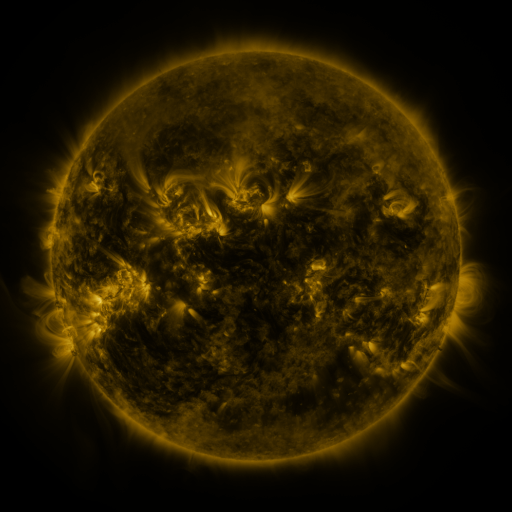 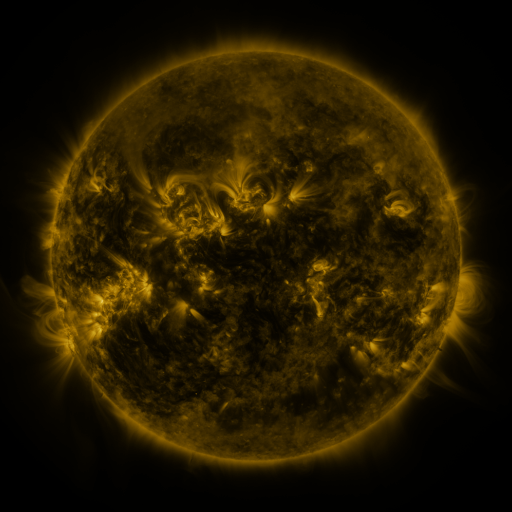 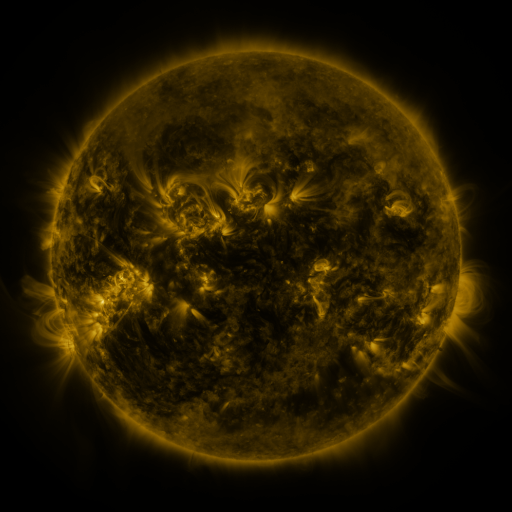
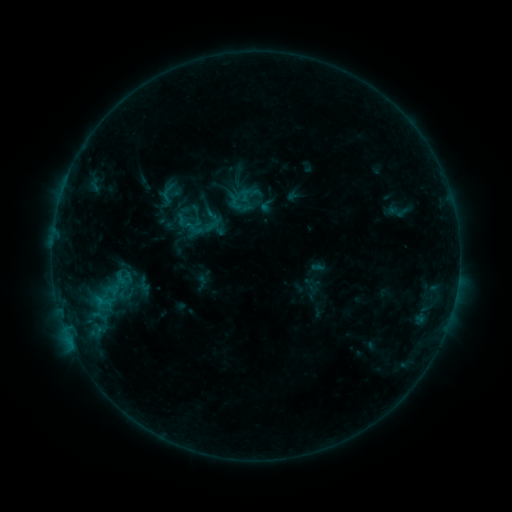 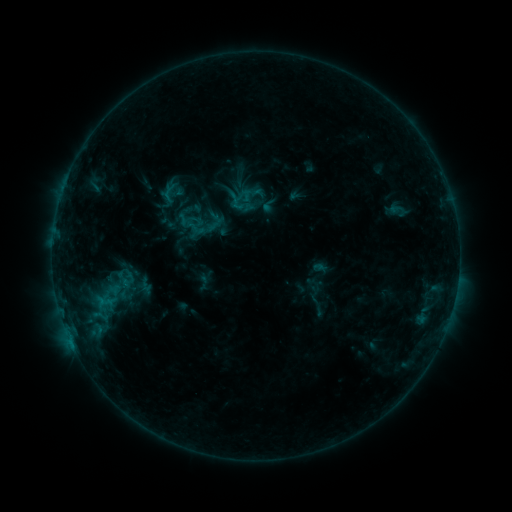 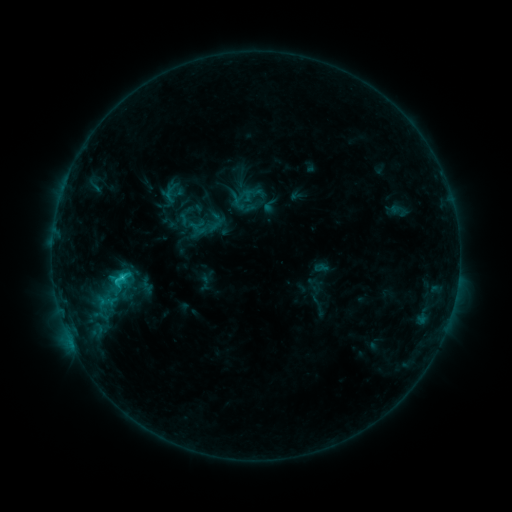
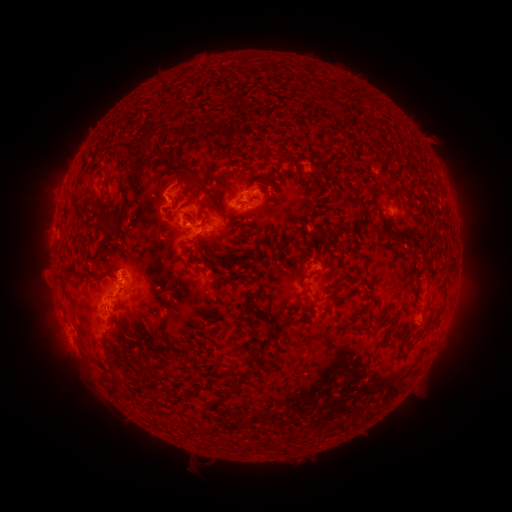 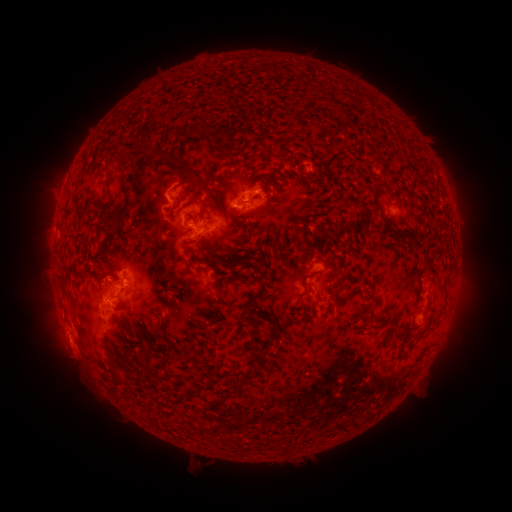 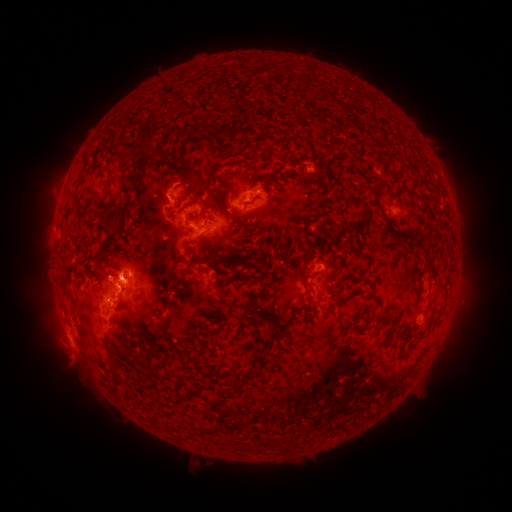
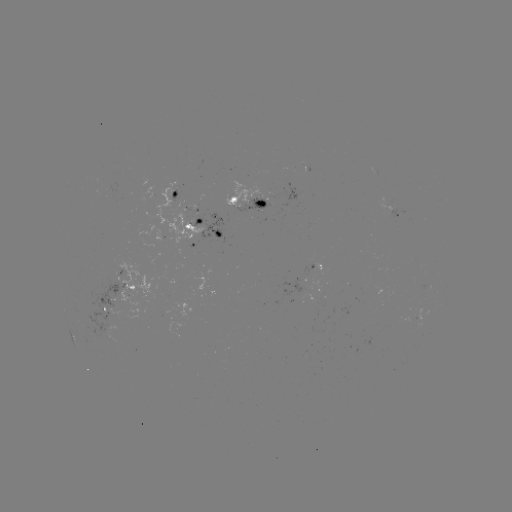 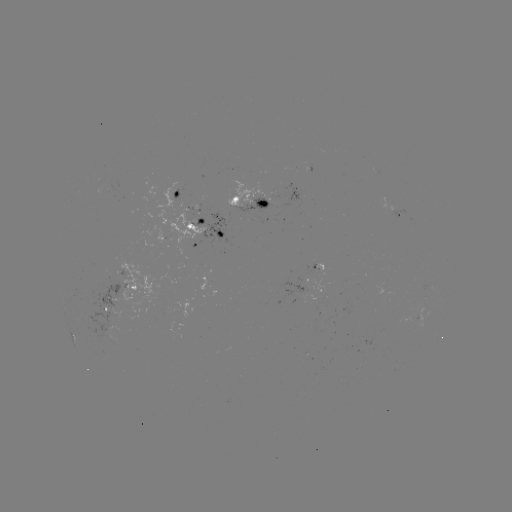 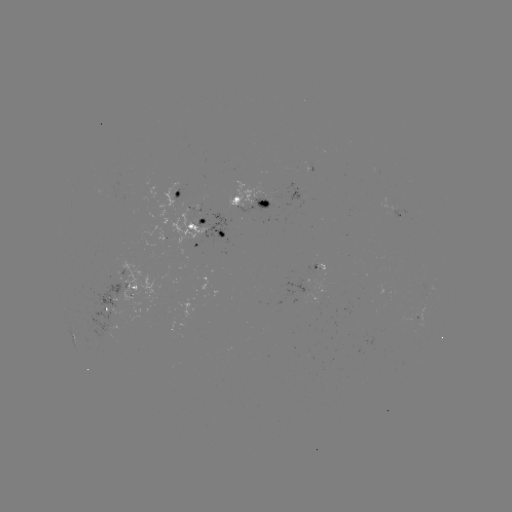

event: emerging-flux region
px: (396, 211)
